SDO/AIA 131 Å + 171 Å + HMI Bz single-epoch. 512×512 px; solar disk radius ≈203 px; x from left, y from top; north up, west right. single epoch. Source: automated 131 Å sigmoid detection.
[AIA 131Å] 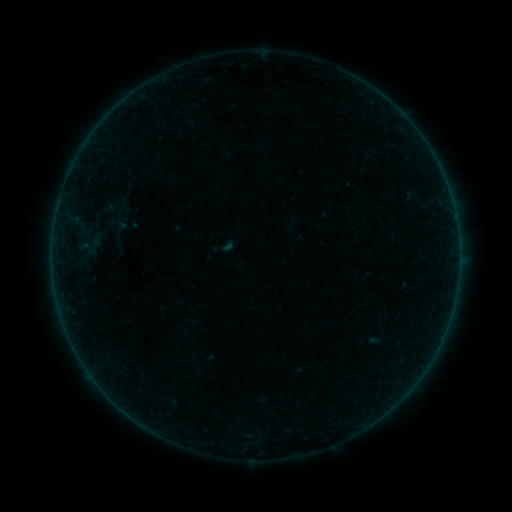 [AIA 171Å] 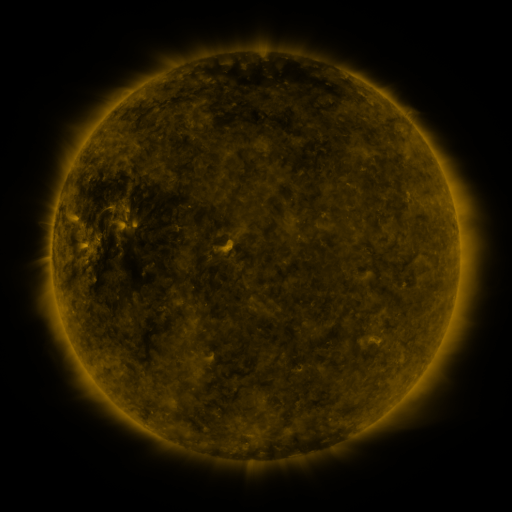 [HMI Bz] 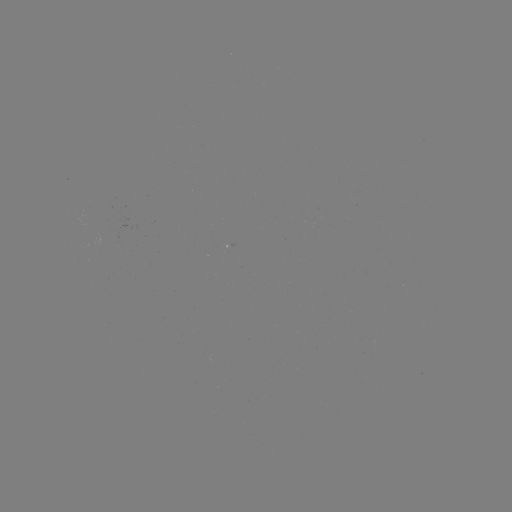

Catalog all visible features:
sigmoid: <bbox>108, 213, 128, 235</bbox>
